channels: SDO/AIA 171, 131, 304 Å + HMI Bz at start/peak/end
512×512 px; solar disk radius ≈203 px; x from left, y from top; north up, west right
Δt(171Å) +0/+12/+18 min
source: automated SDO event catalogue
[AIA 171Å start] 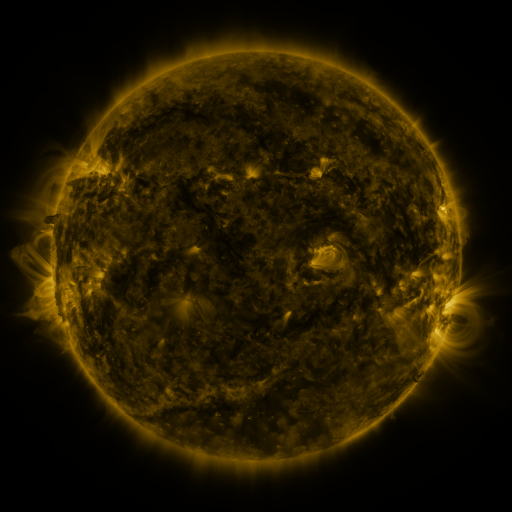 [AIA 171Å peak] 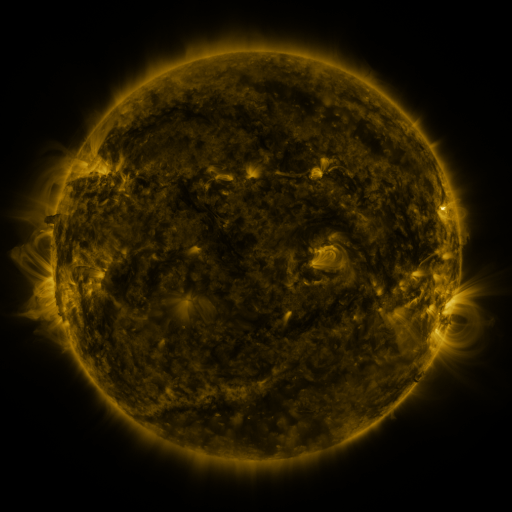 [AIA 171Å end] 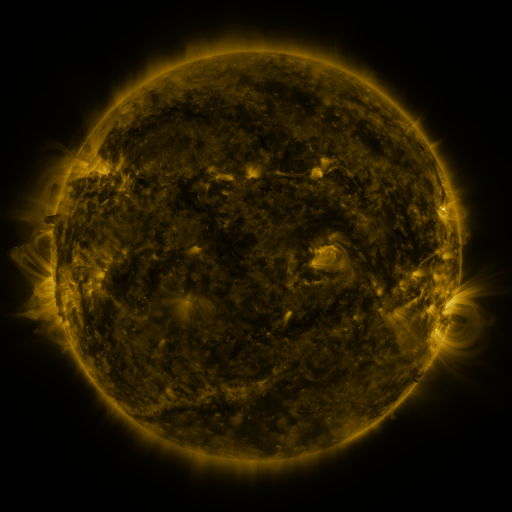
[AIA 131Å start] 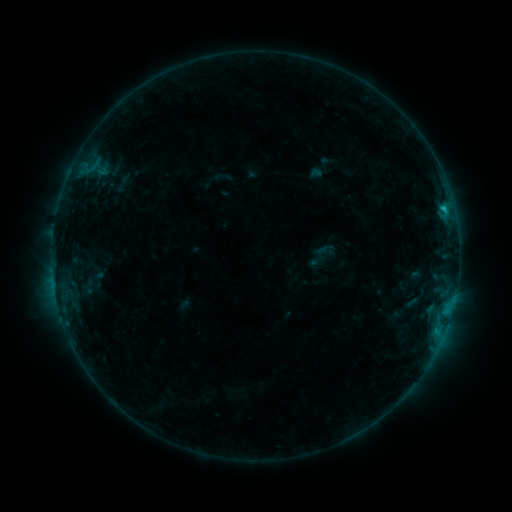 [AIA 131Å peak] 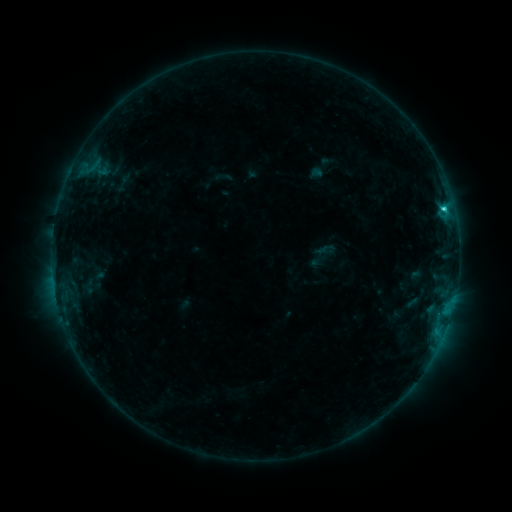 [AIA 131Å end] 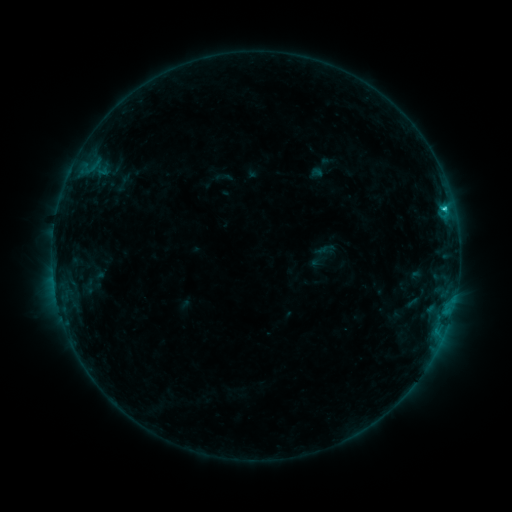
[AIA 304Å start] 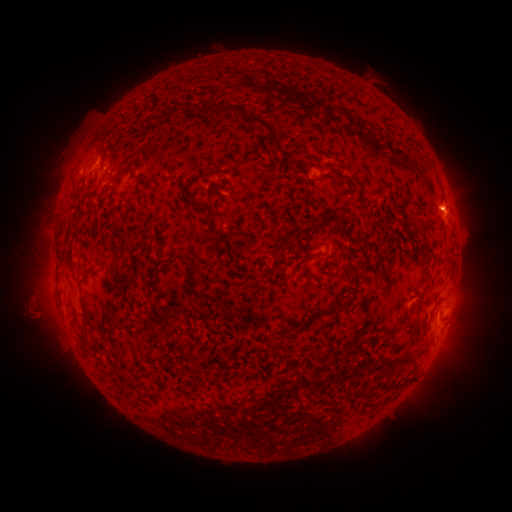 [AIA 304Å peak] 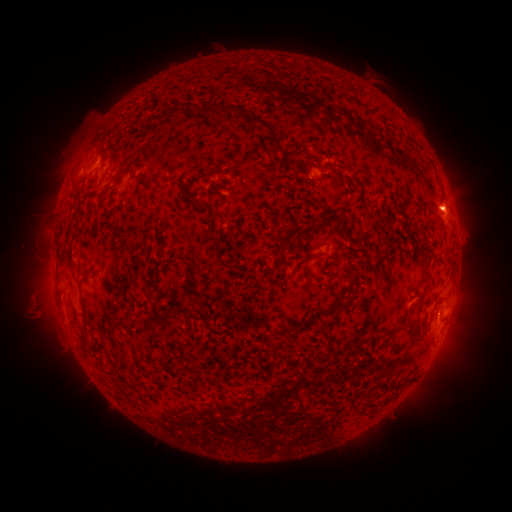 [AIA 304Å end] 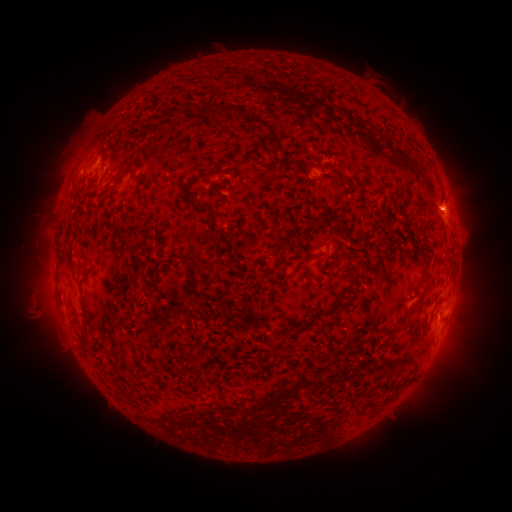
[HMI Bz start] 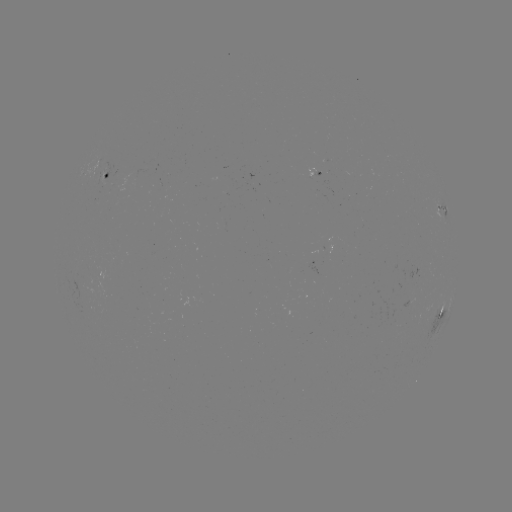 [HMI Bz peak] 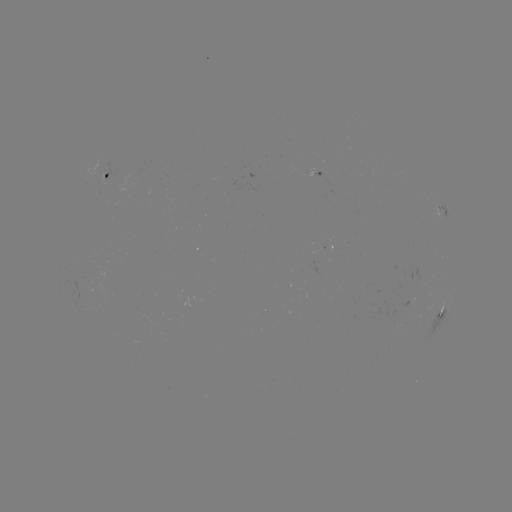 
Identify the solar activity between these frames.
C2.2 flare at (443, 212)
